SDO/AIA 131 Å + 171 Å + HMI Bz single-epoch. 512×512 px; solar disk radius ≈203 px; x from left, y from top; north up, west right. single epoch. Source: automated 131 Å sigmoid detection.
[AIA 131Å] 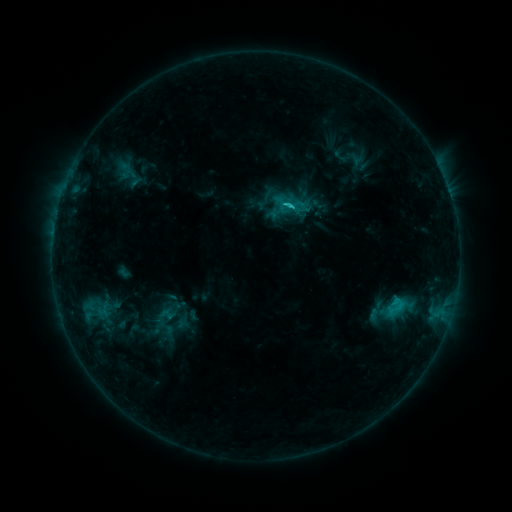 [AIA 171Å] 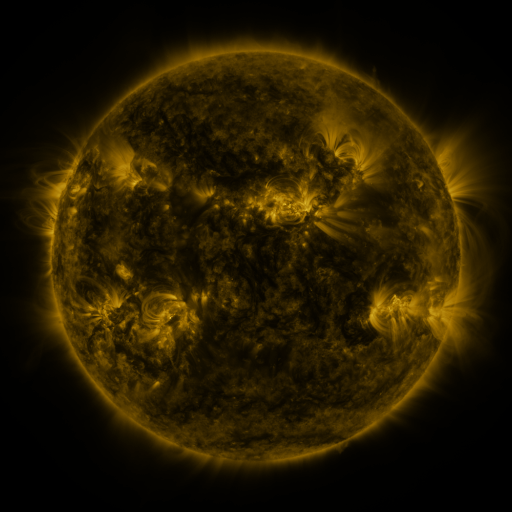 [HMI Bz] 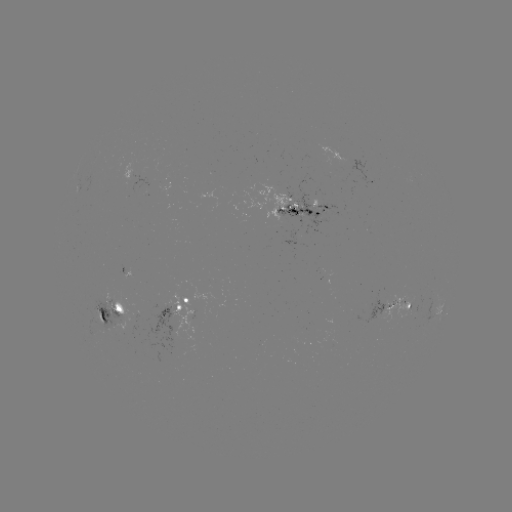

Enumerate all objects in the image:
sigmoid: (125, 171)
sigmoid: (289, 205)
